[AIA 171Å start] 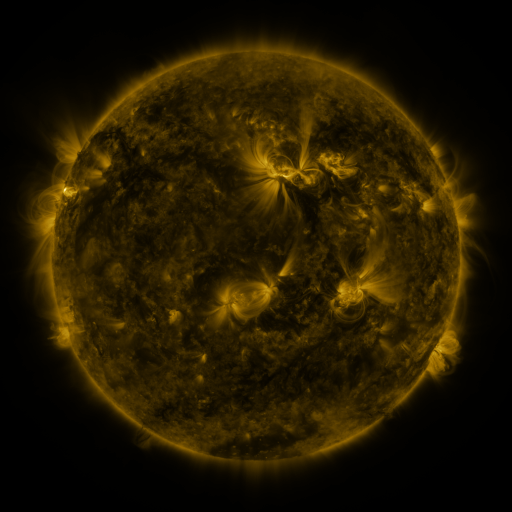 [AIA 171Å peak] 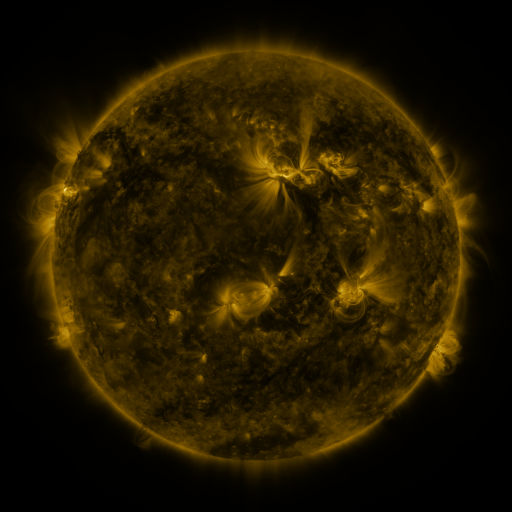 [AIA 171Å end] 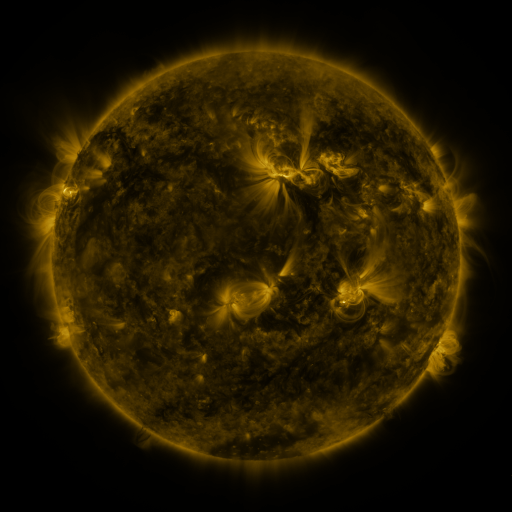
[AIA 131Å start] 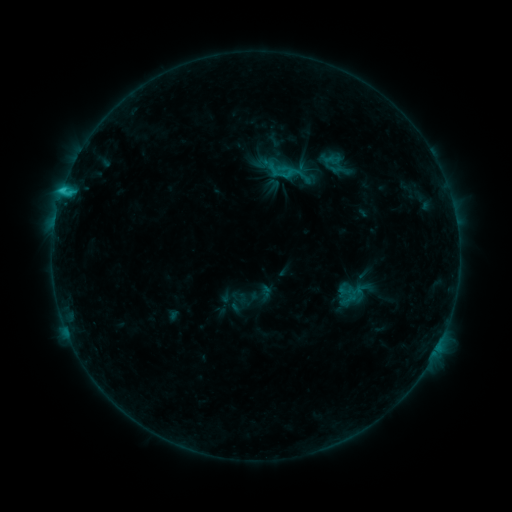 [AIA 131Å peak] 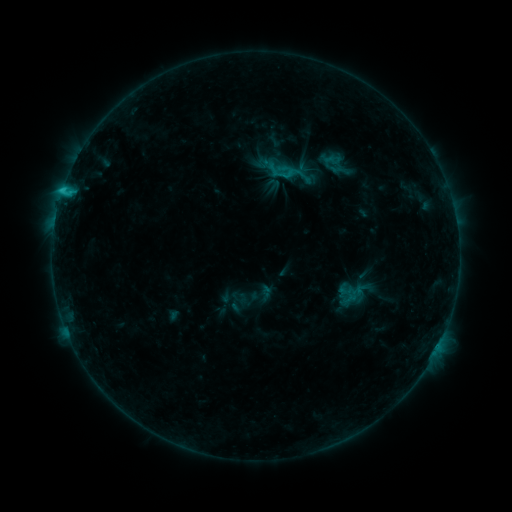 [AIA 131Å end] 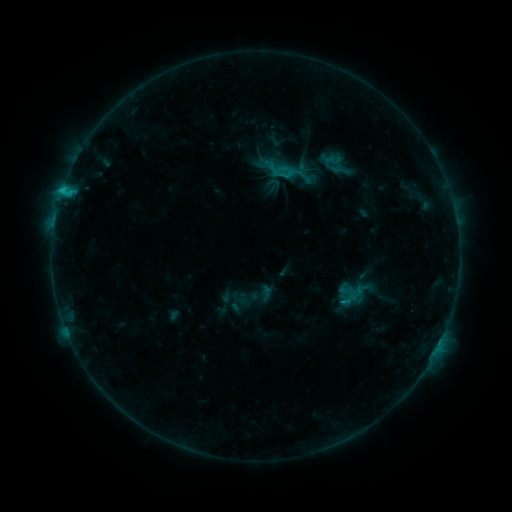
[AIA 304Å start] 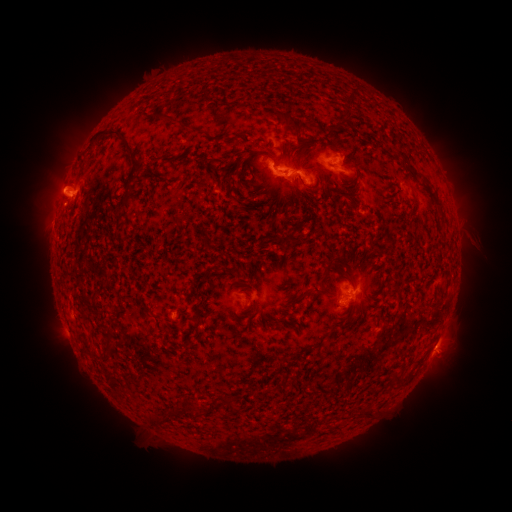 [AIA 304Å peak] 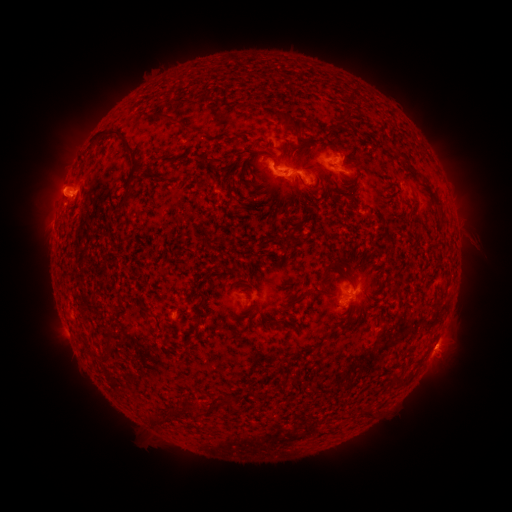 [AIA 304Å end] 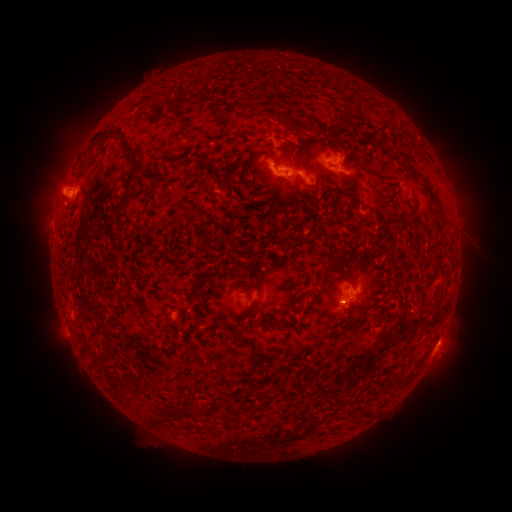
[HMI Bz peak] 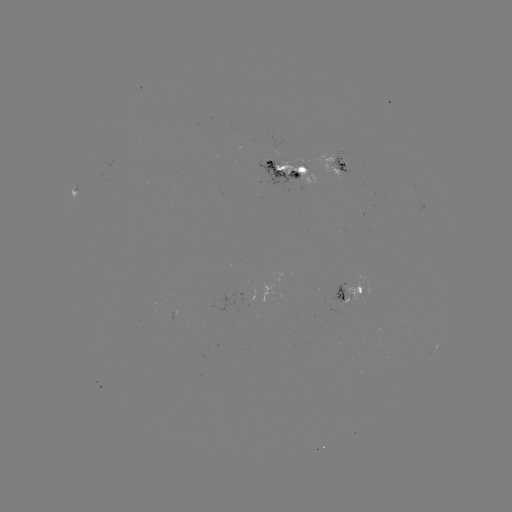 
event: eruption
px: (445, 345)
